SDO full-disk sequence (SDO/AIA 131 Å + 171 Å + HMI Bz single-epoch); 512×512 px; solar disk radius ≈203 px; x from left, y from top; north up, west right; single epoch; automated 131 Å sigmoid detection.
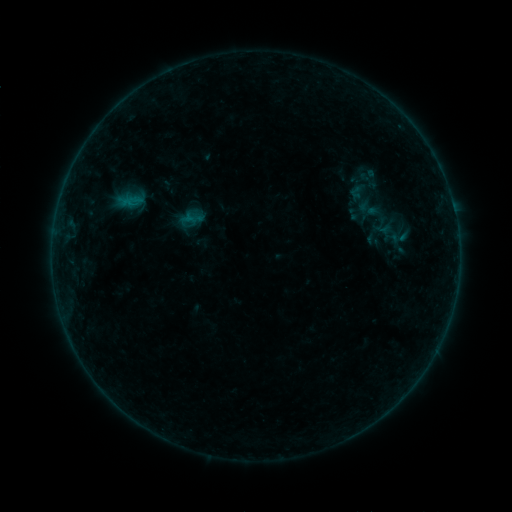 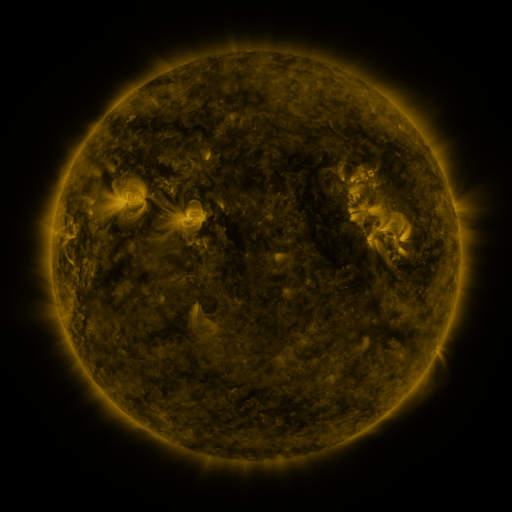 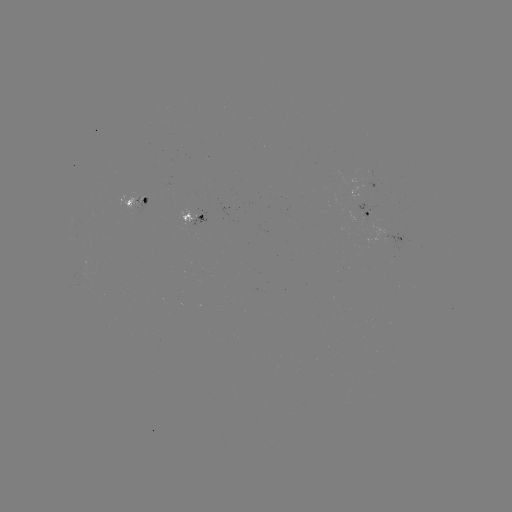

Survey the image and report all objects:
sigmoid: (362, 198)
